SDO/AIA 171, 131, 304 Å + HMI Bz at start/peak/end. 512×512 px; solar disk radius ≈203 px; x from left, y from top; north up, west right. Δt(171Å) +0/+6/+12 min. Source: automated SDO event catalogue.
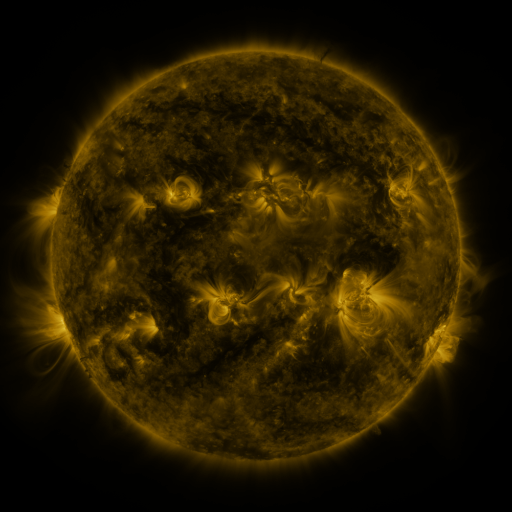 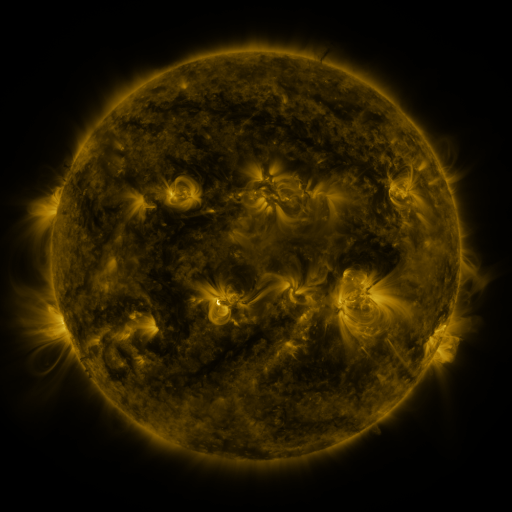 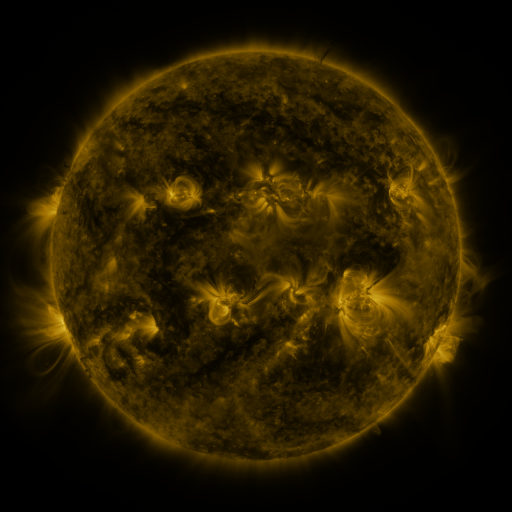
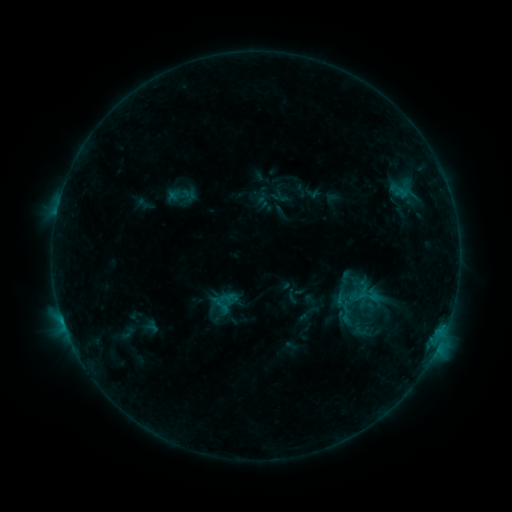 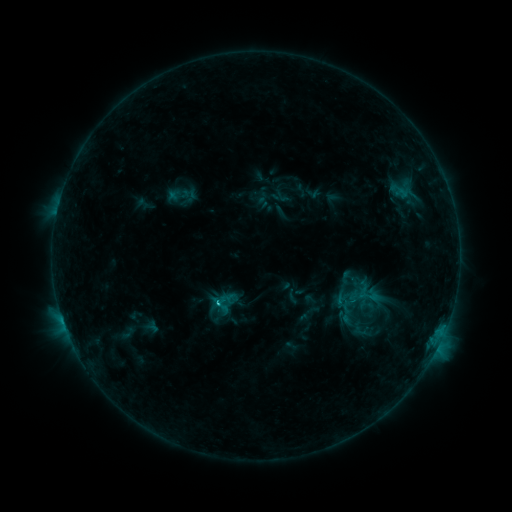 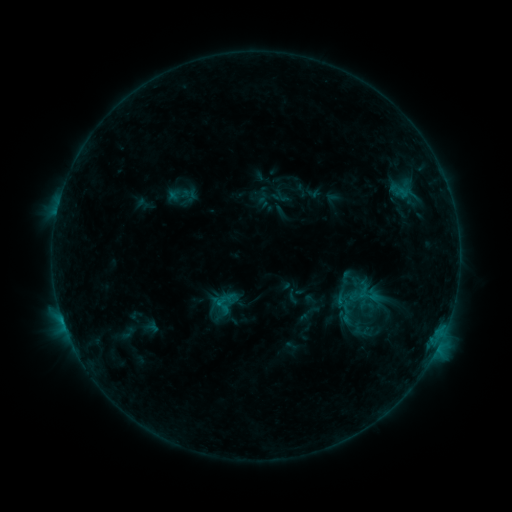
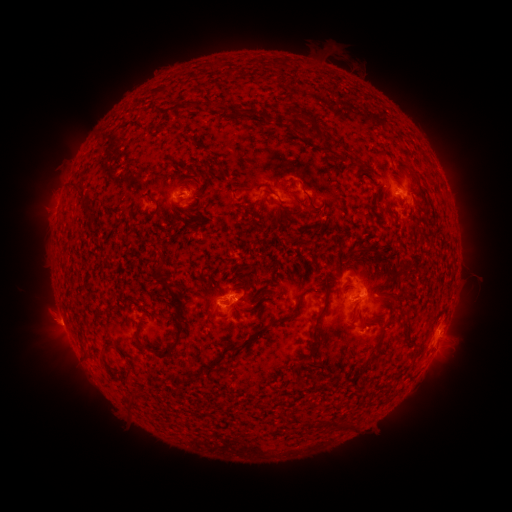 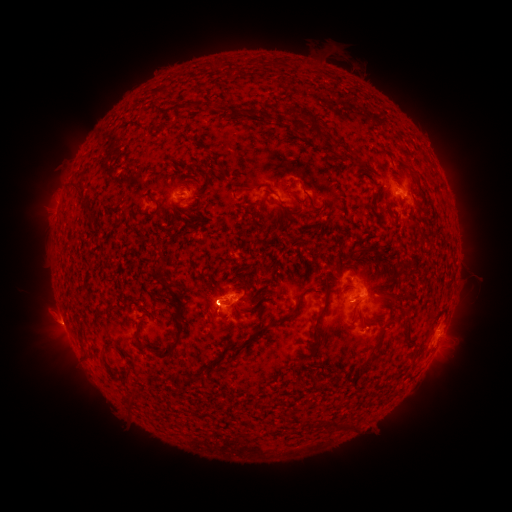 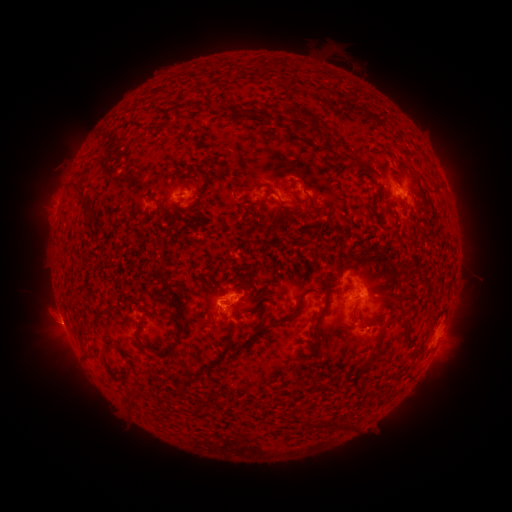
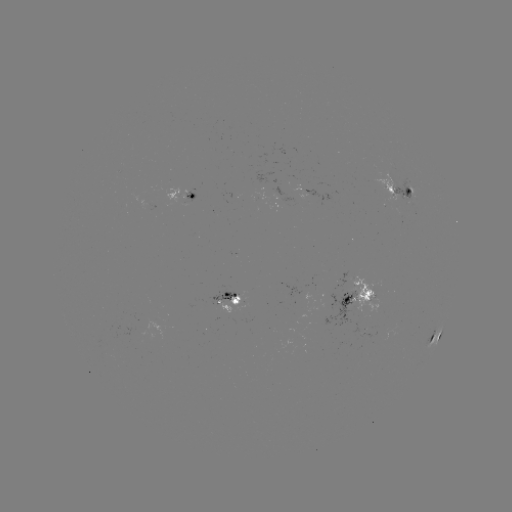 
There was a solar flare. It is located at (218, 302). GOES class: C1.0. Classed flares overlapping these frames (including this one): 1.